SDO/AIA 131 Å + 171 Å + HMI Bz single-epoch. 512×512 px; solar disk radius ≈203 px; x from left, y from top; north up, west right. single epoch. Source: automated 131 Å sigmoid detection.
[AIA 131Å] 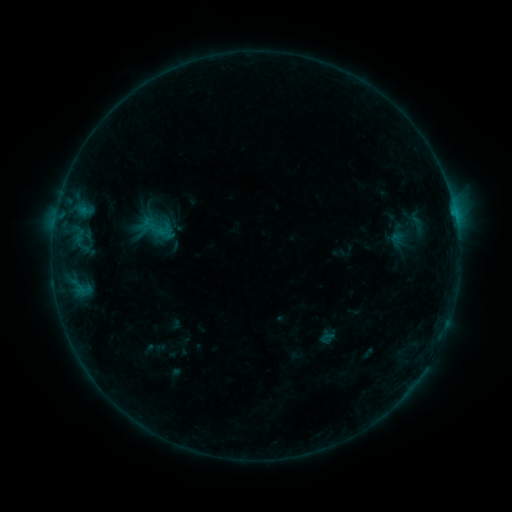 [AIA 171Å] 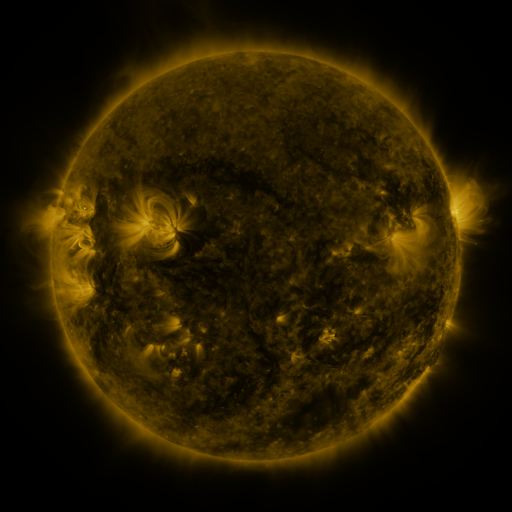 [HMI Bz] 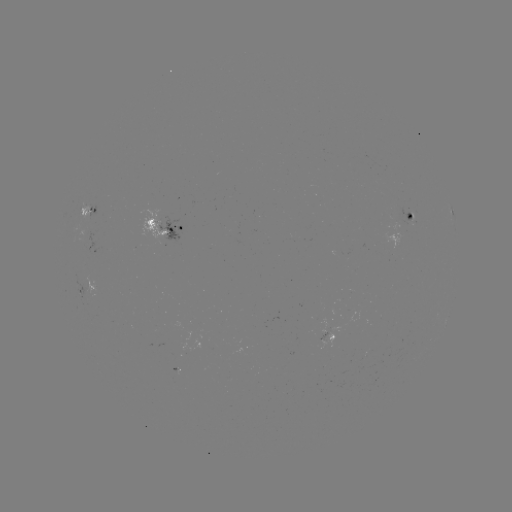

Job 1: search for sigmoid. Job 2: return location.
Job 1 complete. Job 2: (157, 230).